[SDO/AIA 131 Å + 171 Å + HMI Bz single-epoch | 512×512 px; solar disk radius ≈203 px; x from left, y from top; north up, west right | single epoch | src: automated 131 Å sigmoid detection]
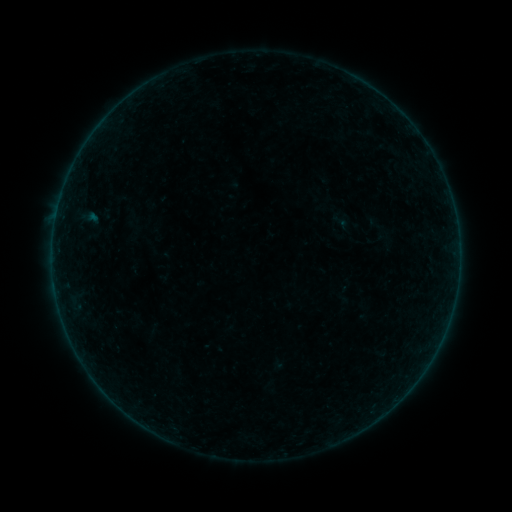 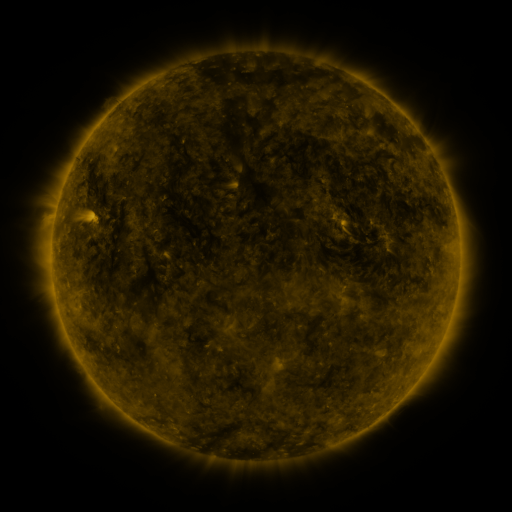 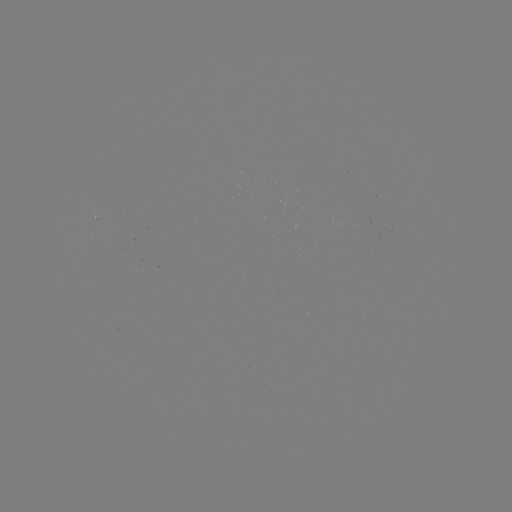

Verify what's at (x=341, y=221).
sigmoid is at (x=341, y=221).